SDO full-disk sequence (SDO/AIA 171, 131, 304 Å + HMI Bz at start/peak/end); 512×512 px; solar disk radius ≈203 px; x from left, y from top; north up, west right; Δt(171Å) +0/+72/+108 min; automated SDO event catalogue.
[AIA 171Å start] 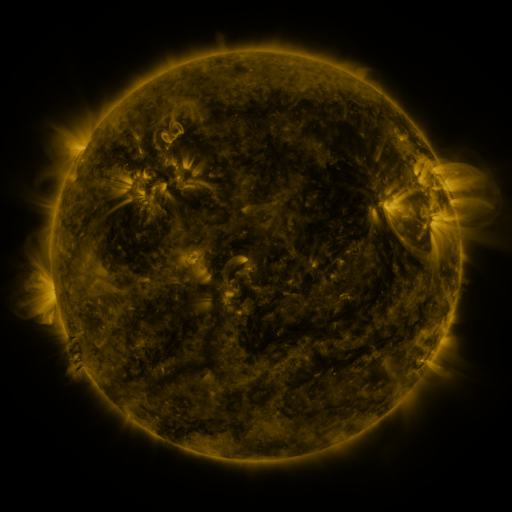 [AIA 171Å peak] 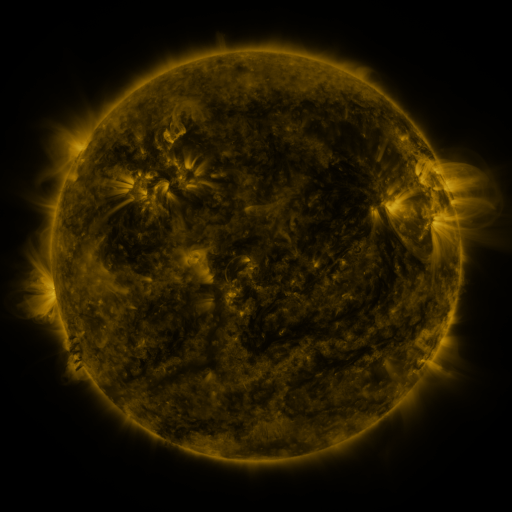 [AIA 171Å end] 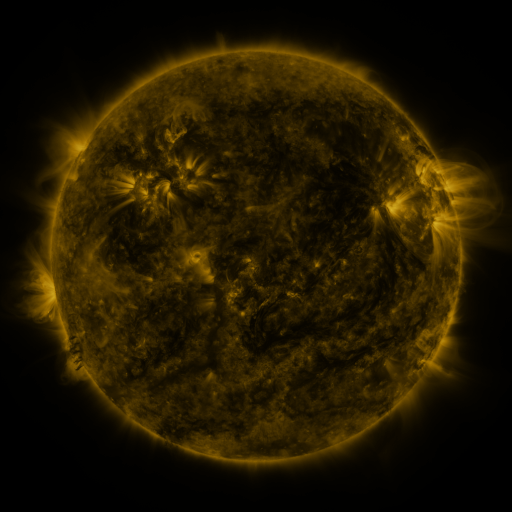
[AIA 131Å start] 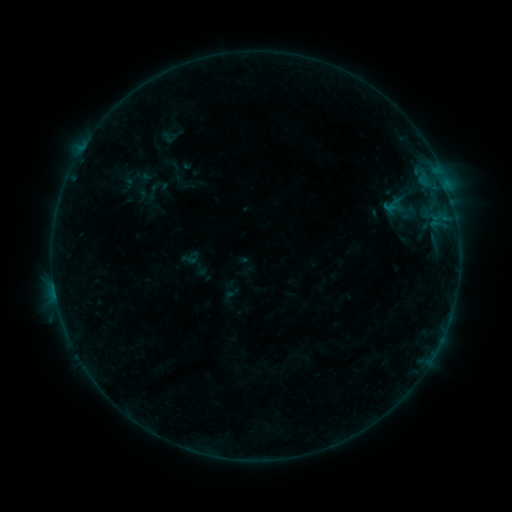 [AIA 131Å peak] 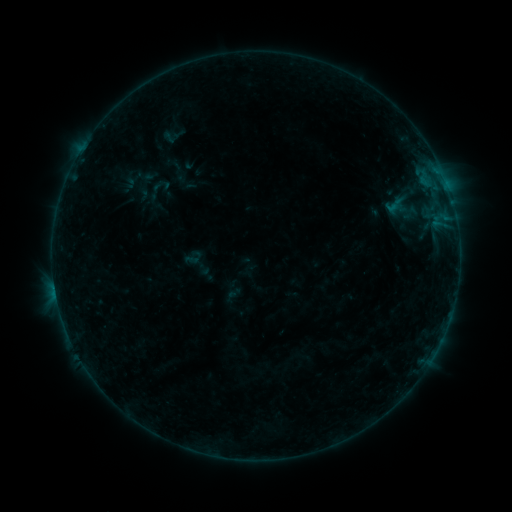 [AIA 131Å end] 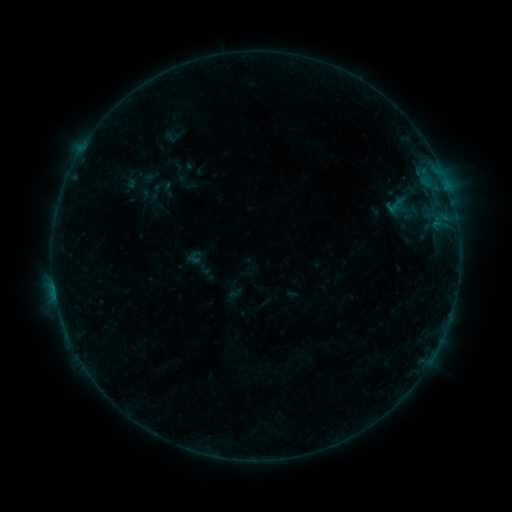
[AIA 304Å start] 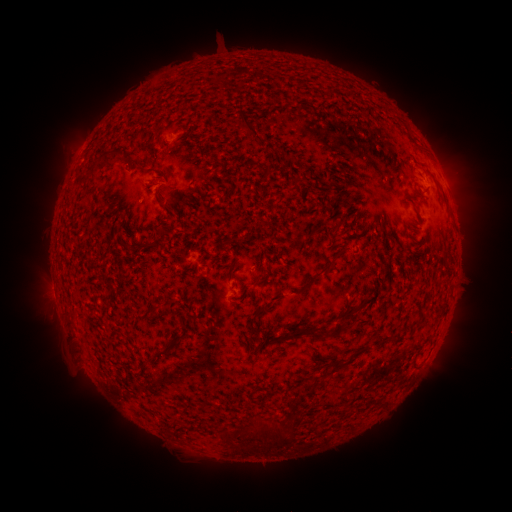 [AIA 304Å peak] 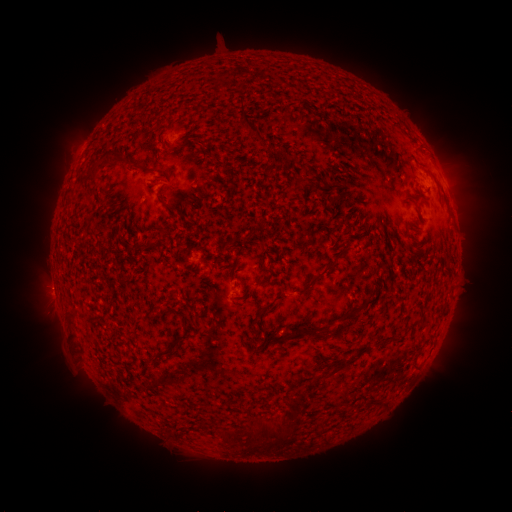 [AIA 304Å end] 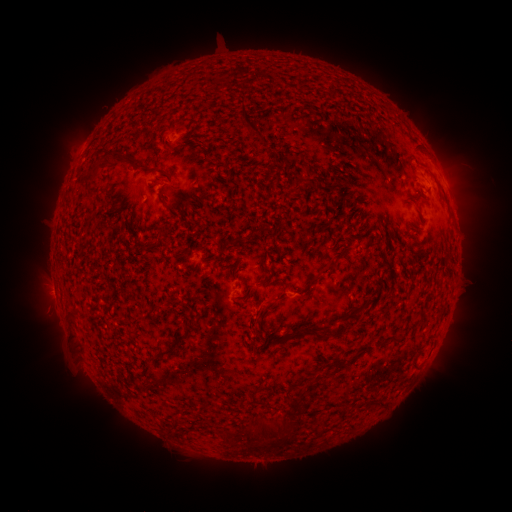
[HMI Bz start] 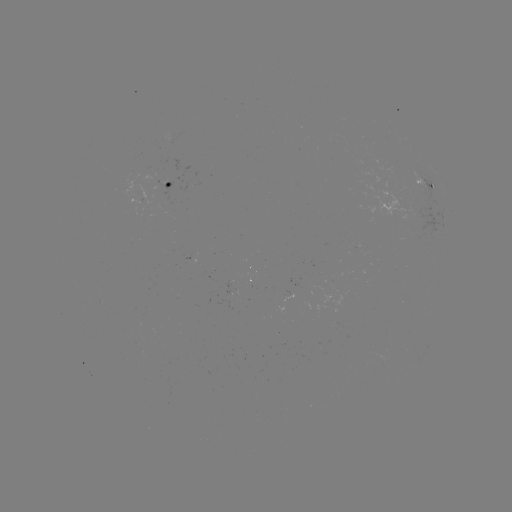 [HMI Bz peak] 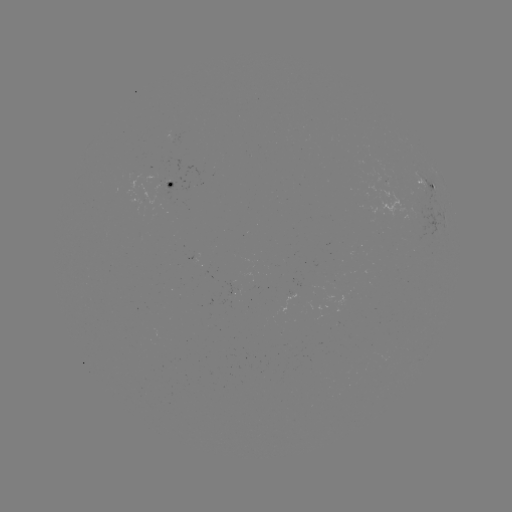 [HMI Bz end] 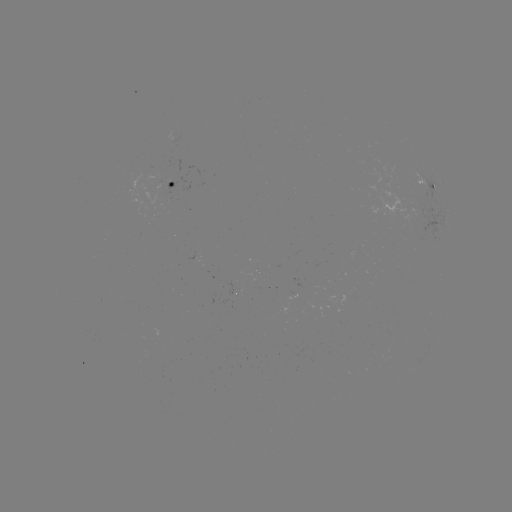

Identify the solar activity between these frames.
emerging-flux region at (173, 365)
